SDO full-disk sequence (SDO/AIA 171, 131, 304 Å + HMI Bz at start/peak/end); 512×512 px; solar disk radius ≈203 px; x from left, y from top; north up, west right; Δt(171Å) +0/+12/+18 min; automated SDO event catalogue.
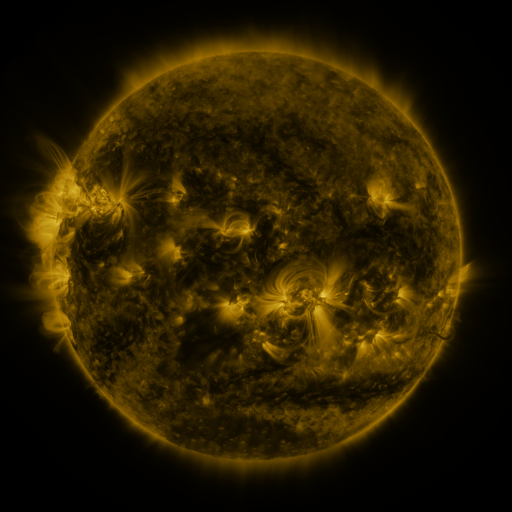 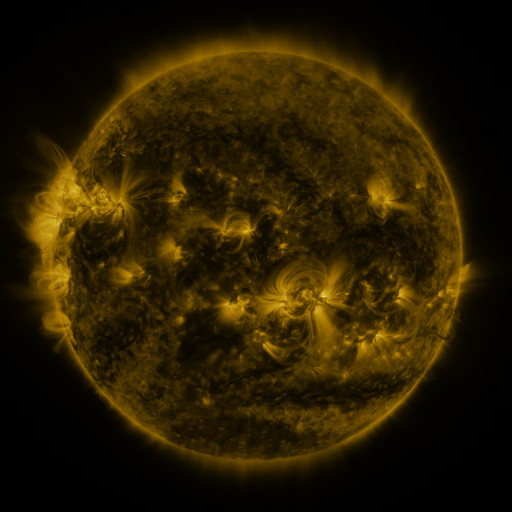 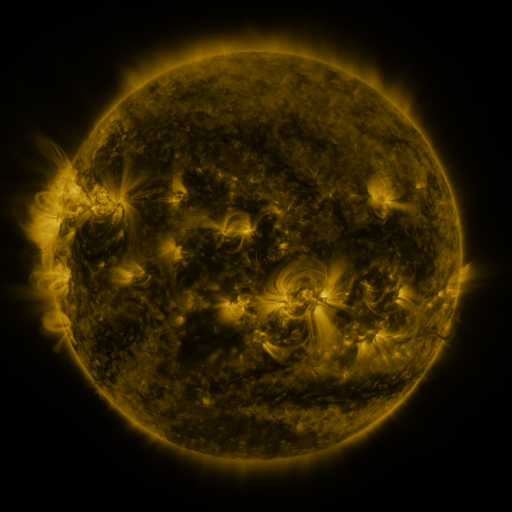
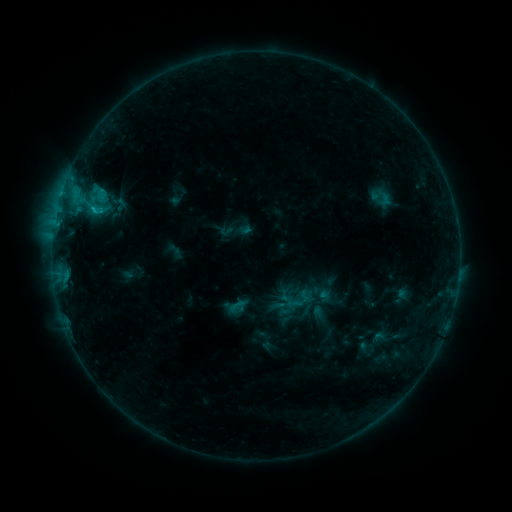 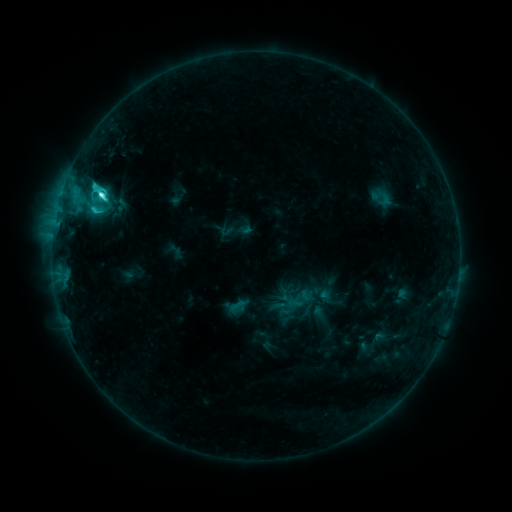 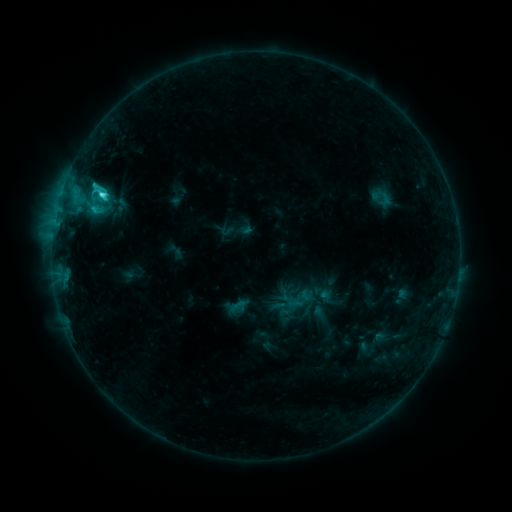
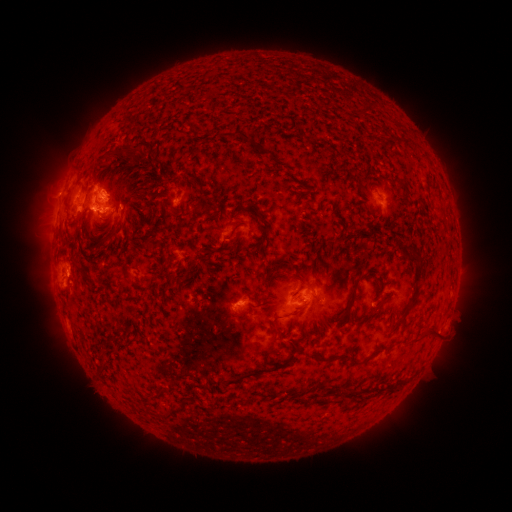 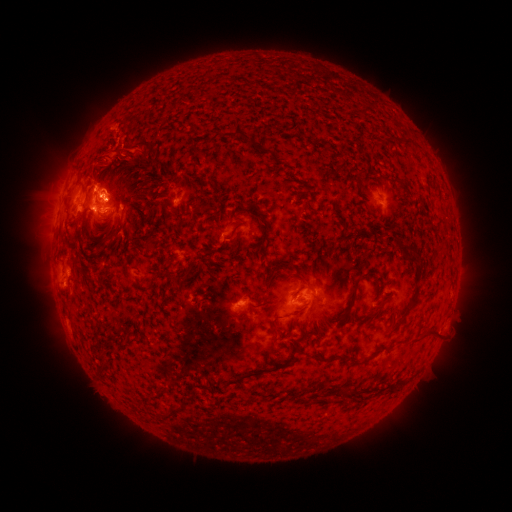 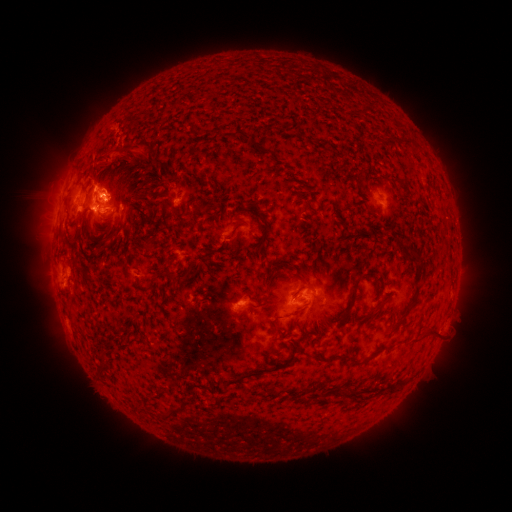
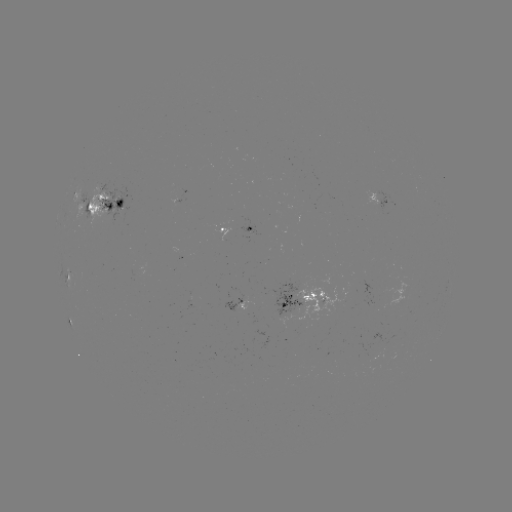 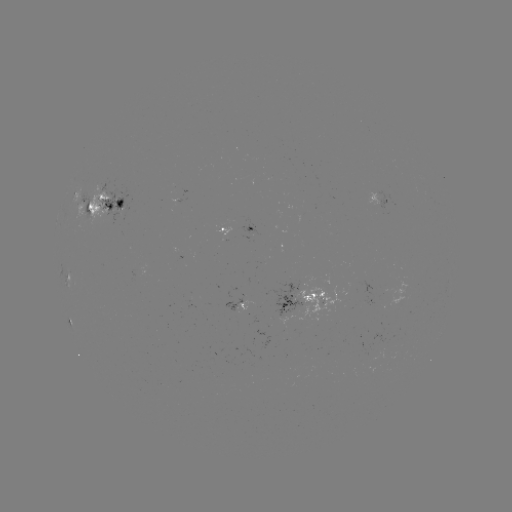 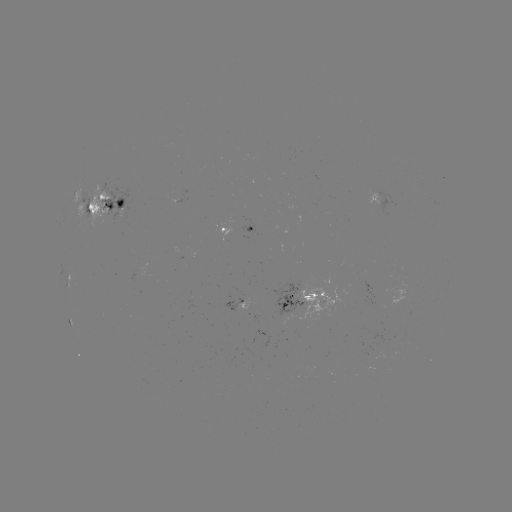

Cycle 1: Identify C5.0 flare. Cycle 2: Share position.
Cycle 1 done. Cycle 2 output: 103,195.